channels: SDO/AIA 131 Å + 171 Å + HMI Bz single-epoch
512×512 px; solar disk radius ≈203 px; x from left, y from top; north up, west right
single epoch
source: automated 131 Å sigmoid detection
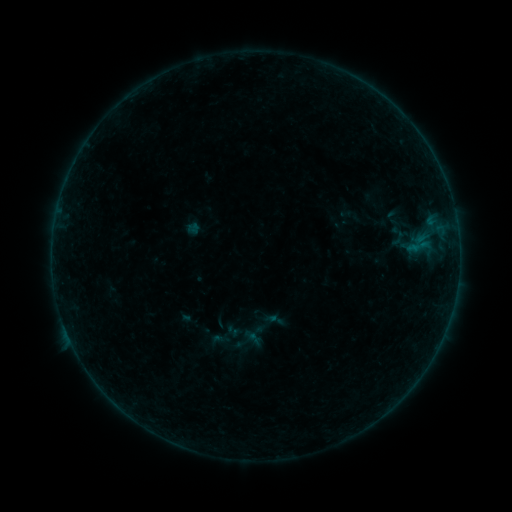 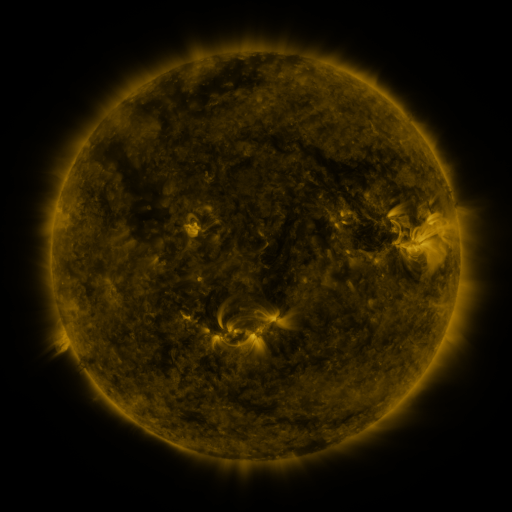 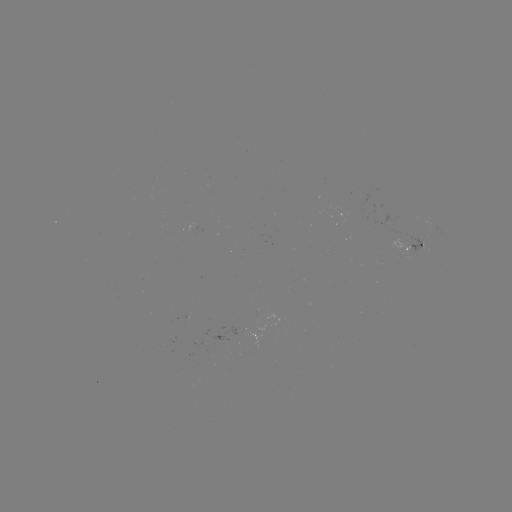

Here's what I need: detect sigmoid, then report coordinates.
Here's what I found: sigmoid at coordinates (398, 238).